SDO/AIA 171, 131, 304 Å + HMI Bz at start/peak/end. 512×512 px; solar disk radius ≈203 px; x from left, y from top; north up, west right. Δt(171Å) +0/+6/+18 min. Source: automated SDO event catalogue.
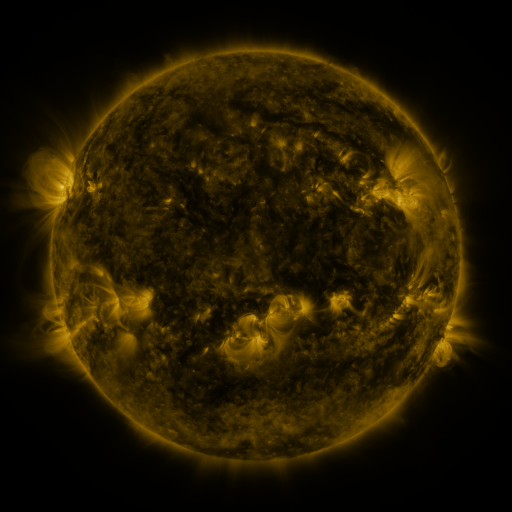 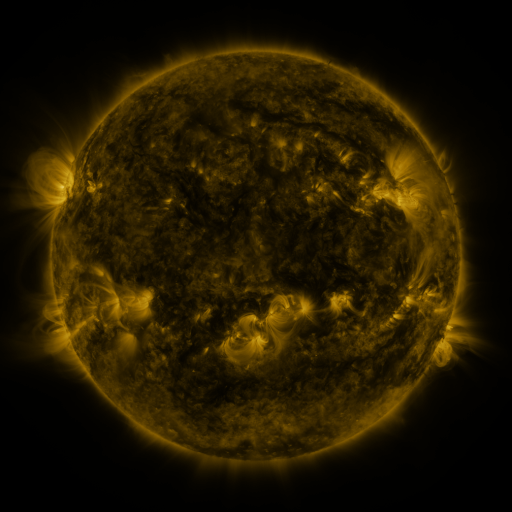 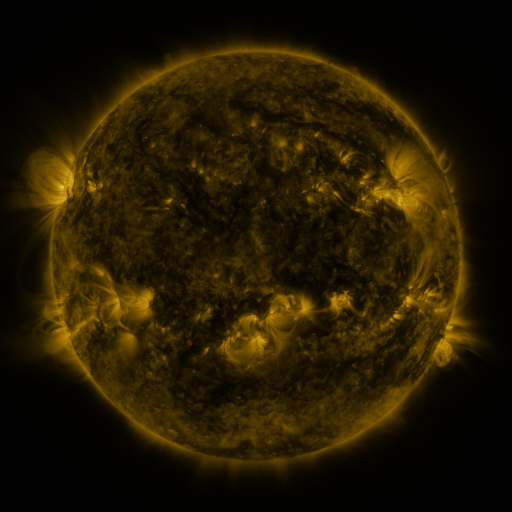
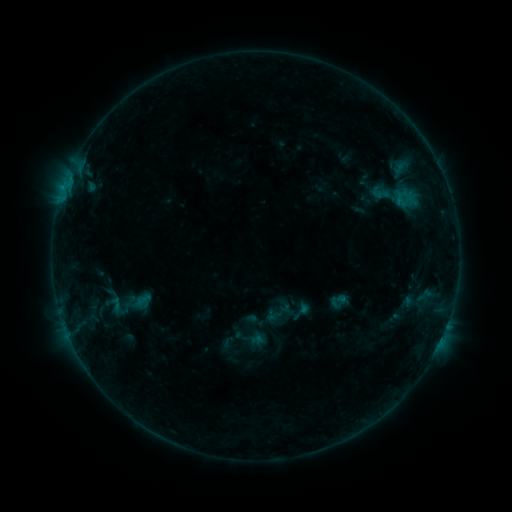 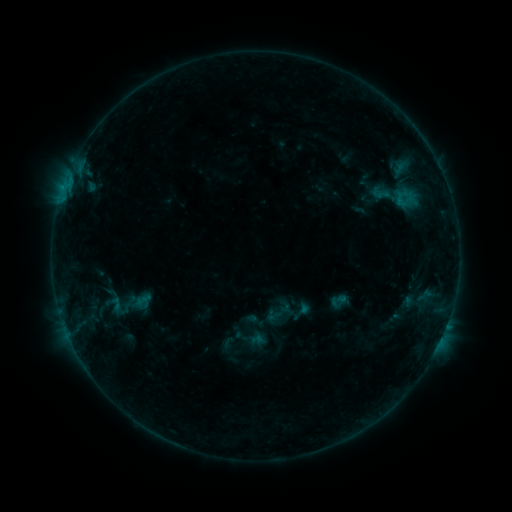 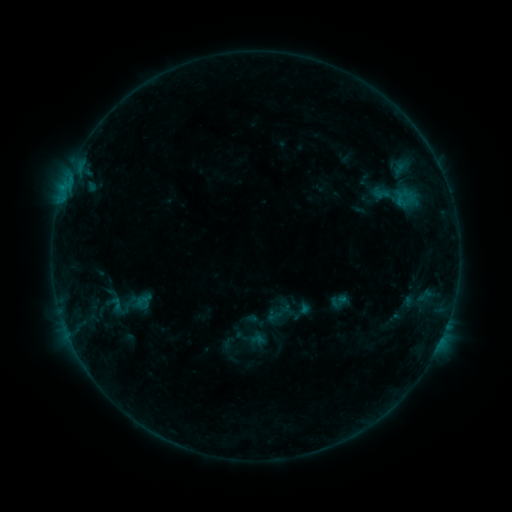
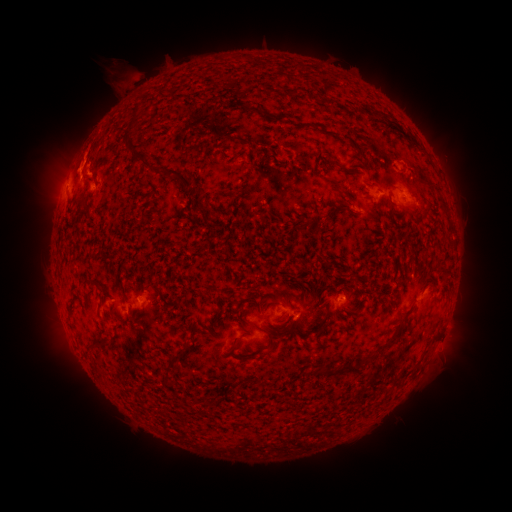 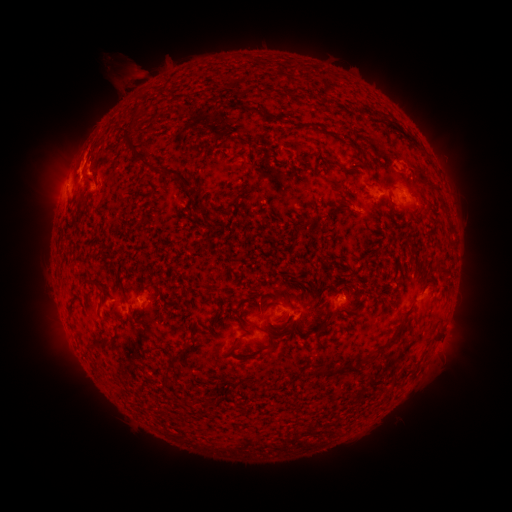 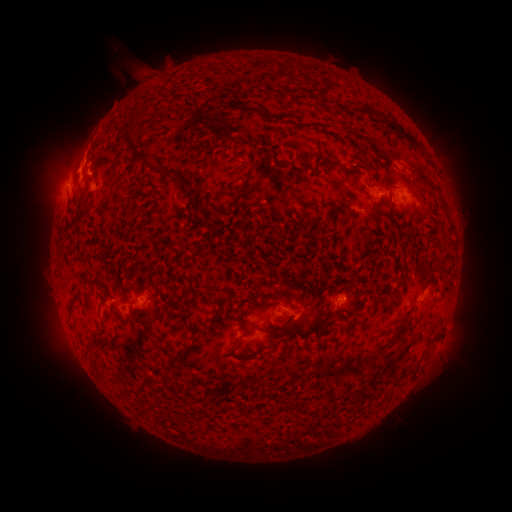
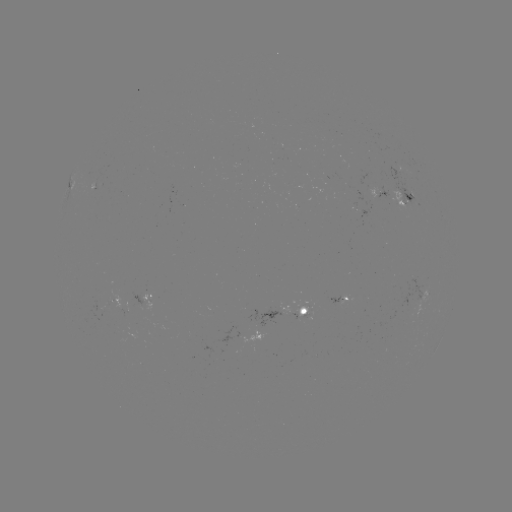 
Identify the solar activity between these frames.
eruption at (126, 77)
